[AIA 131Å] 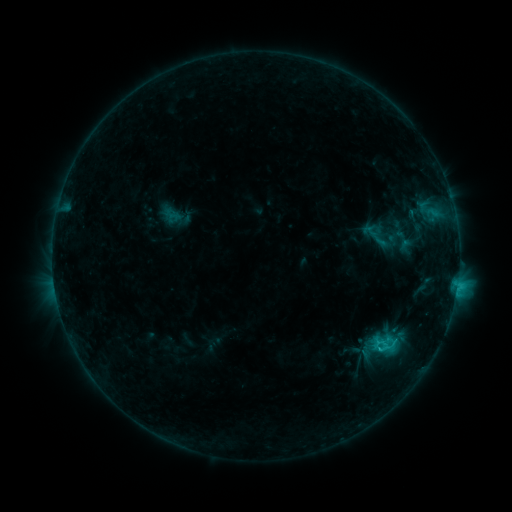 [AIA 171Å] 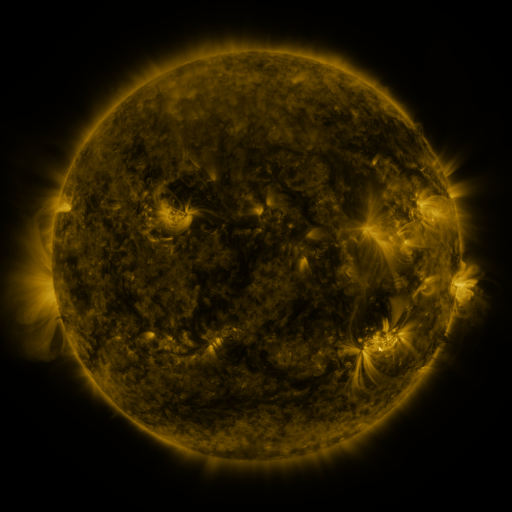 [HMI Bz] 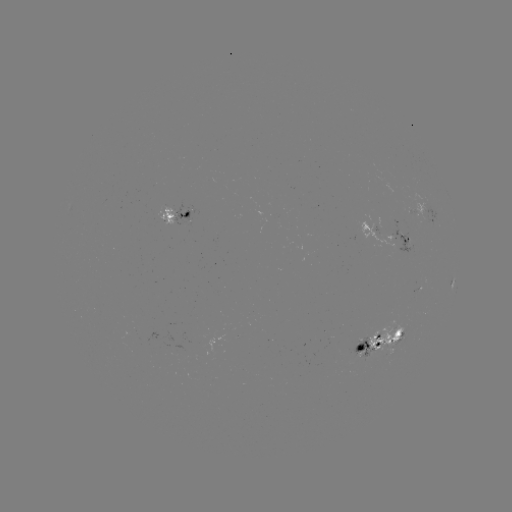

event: sigmoid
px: (384, 346)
